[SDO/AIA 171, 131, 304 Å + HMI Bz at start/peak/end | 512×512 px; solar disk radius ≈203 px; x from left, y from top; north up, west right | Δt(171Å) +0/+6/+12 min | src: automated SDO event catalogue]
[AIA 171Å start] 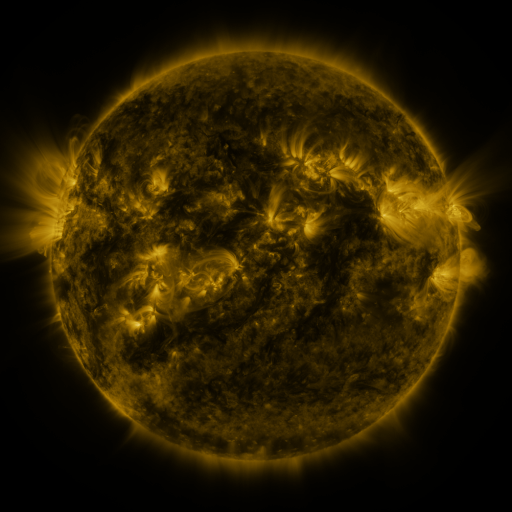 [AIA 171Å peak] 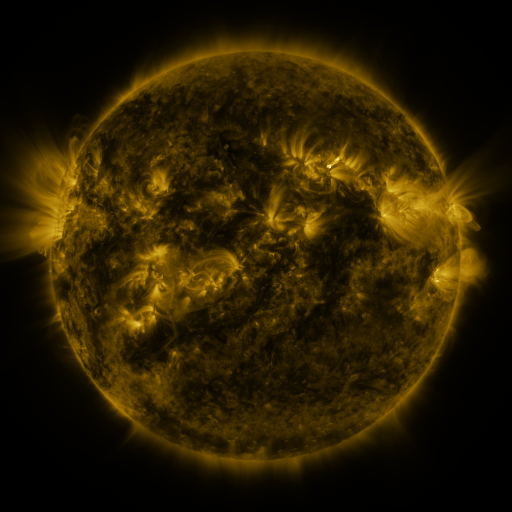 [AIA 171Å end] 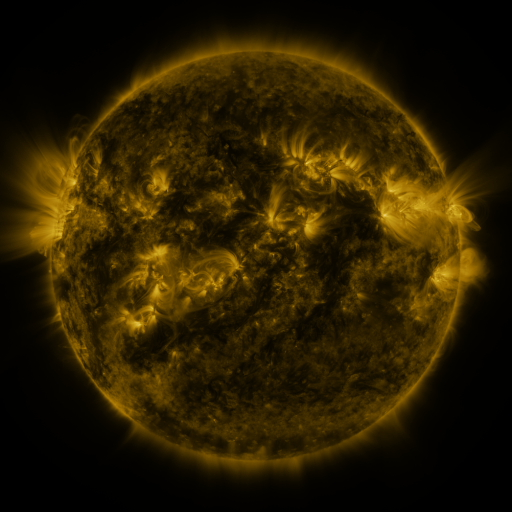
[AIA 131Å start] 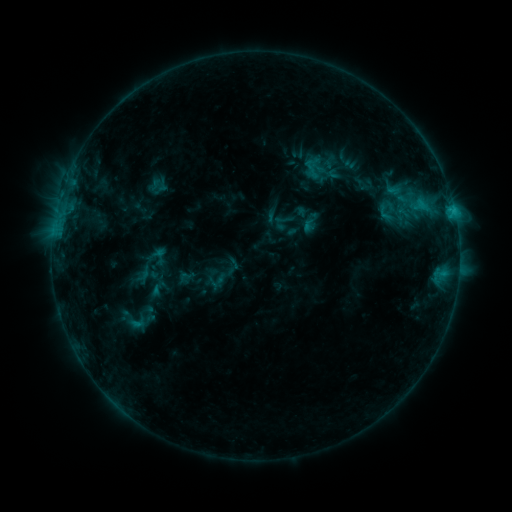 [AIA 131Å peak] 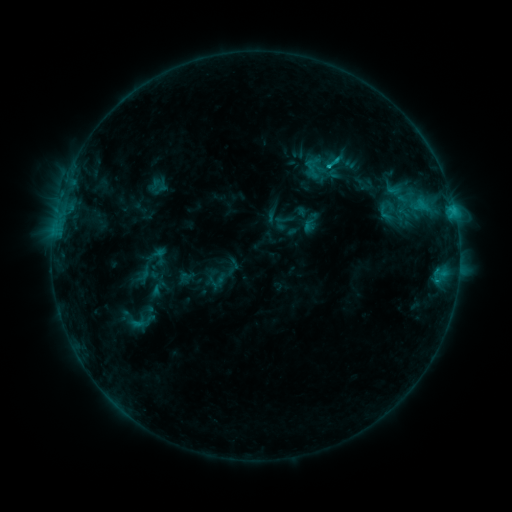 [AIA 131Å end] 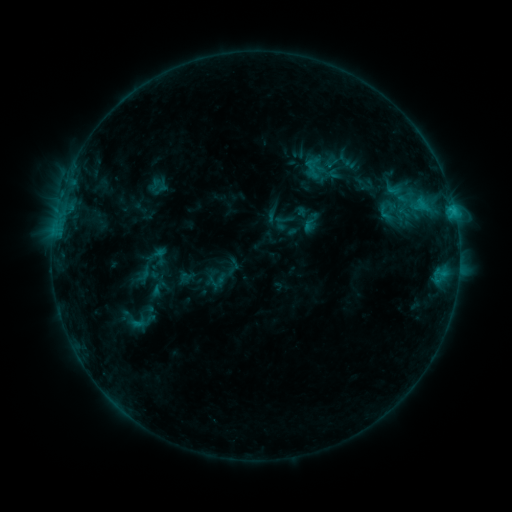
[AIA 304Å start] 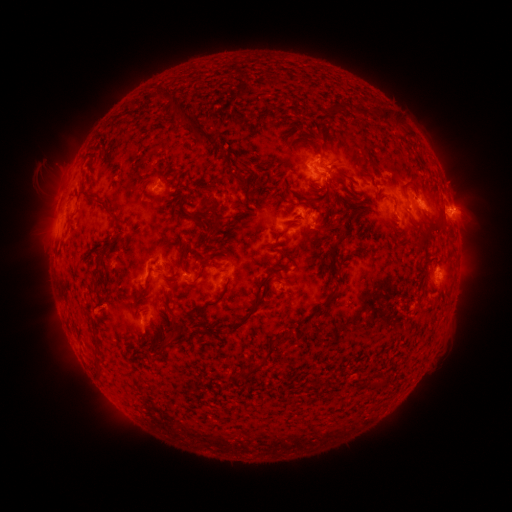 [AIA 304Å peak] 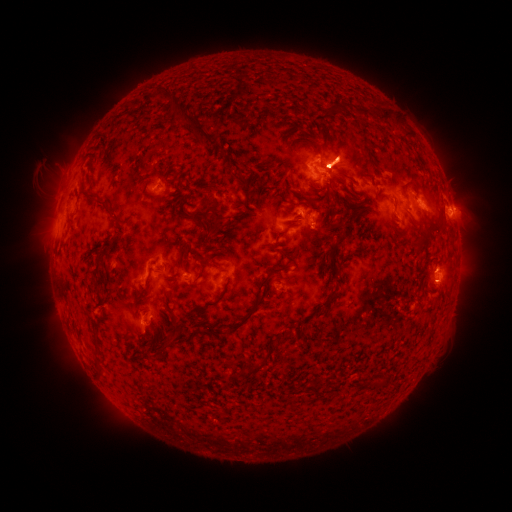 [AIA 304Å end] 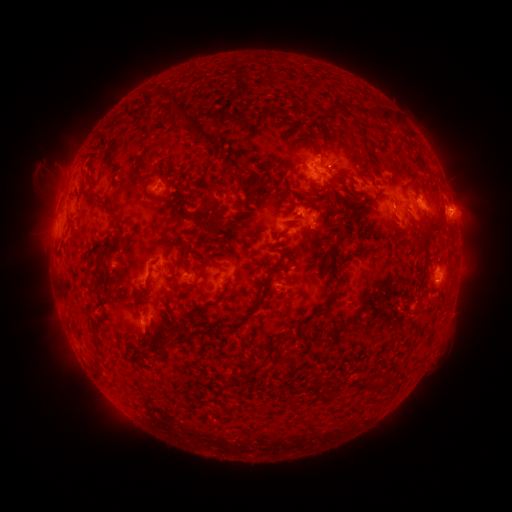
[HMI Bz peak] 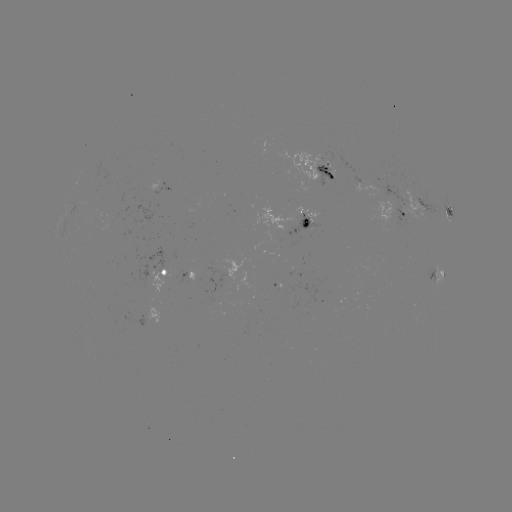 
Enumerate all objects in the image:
eruption: (343, 159)
